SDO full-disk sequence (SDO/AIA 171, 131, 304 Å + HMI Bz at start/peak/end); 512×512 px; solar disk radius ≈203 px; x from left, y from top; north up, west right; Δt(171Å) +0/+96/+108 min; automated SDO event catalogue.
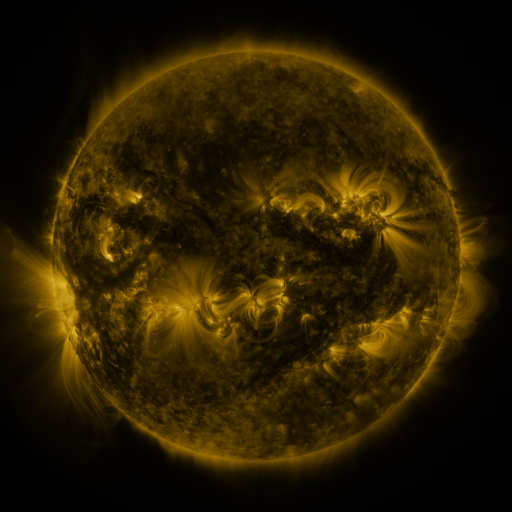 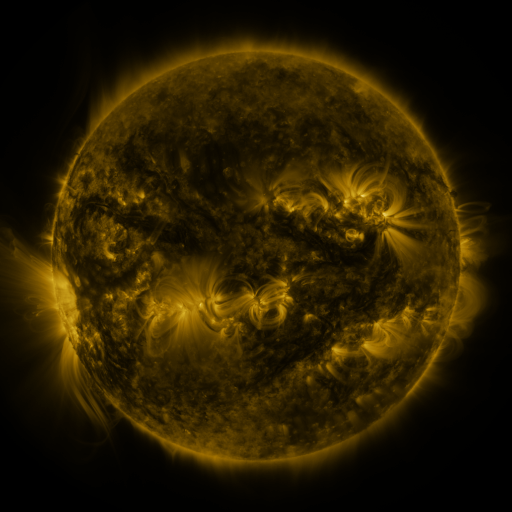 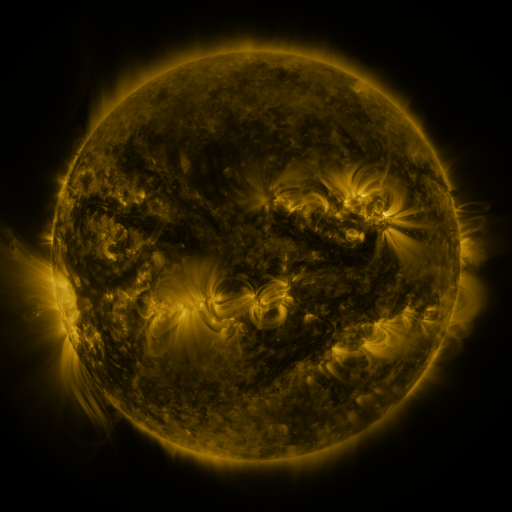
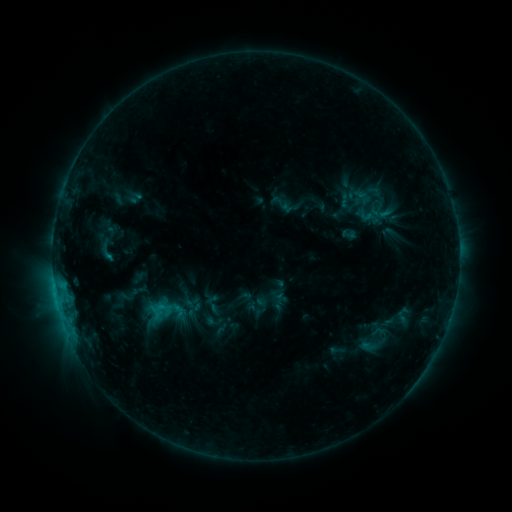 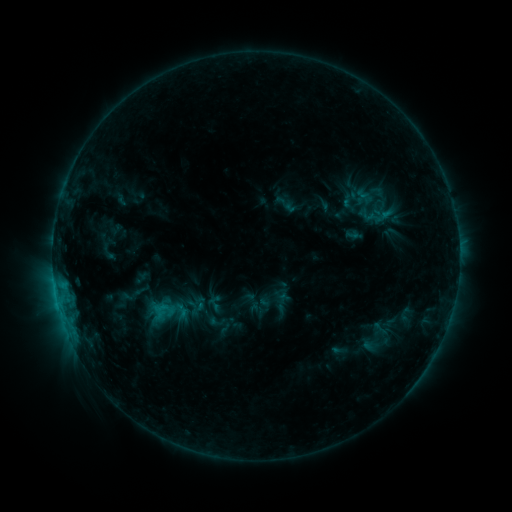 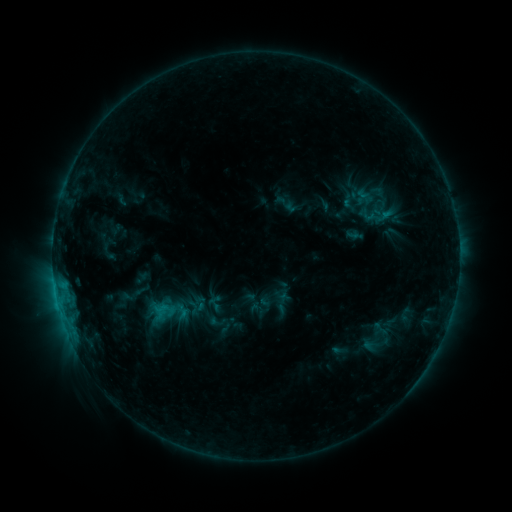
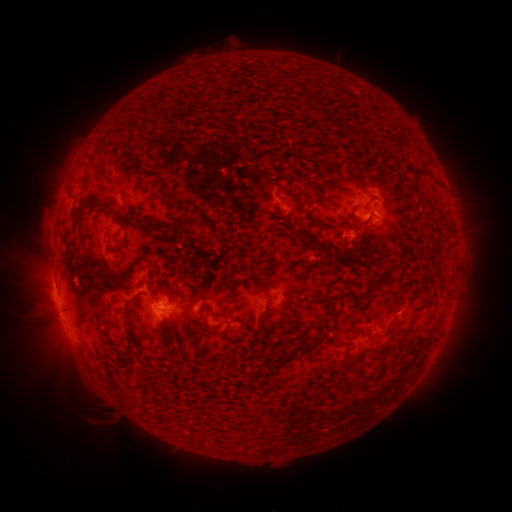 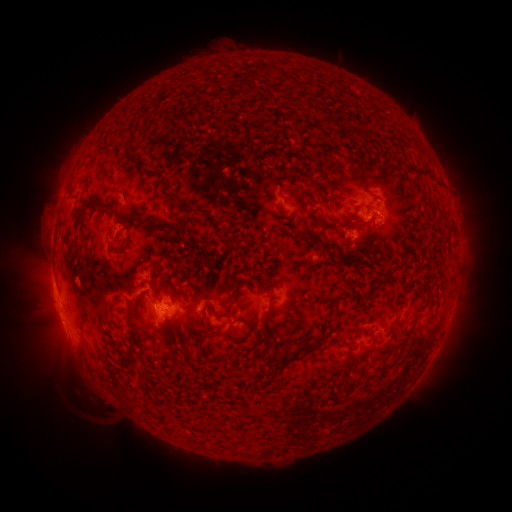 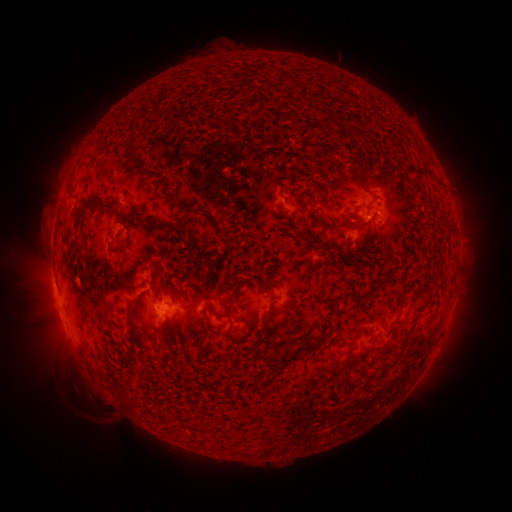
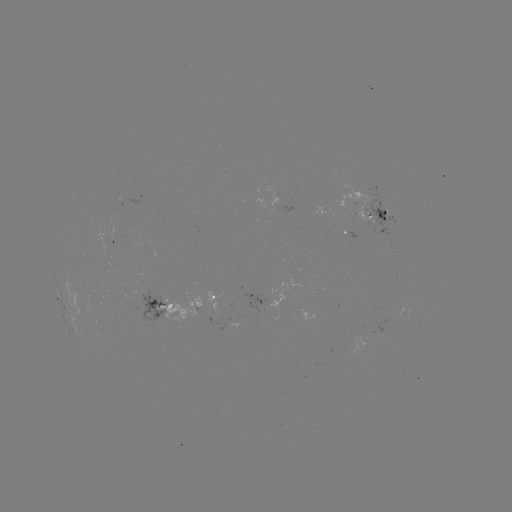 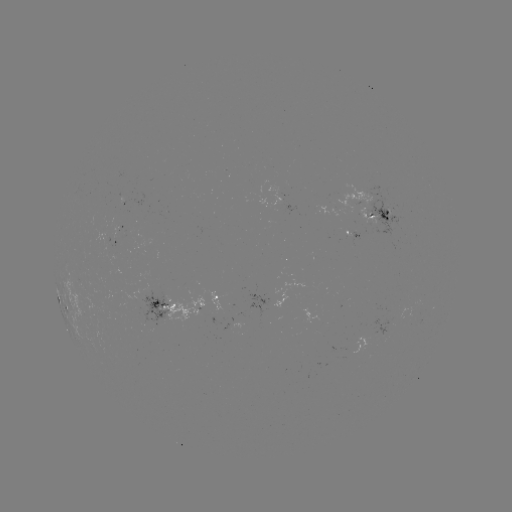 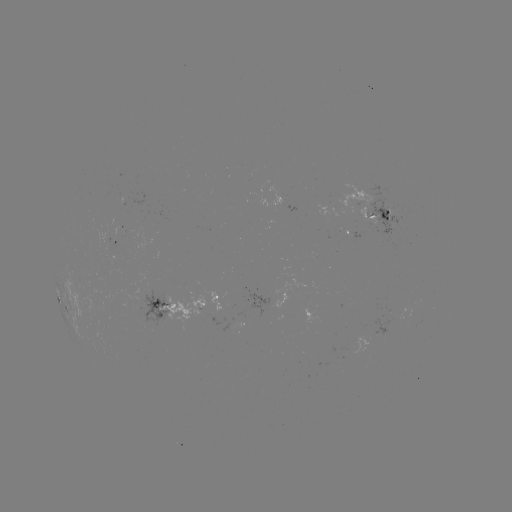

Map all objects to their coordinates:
emerging-flux region: (279, 200)
